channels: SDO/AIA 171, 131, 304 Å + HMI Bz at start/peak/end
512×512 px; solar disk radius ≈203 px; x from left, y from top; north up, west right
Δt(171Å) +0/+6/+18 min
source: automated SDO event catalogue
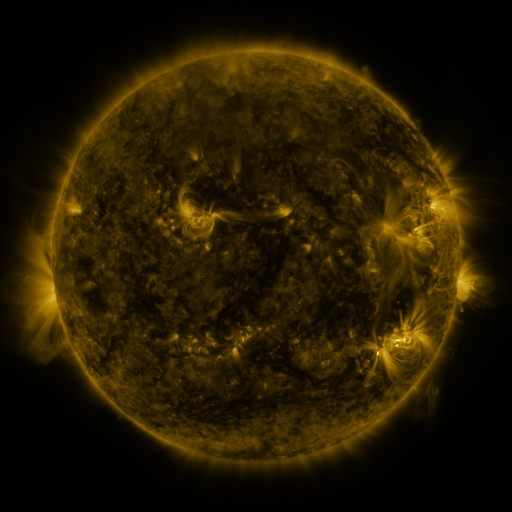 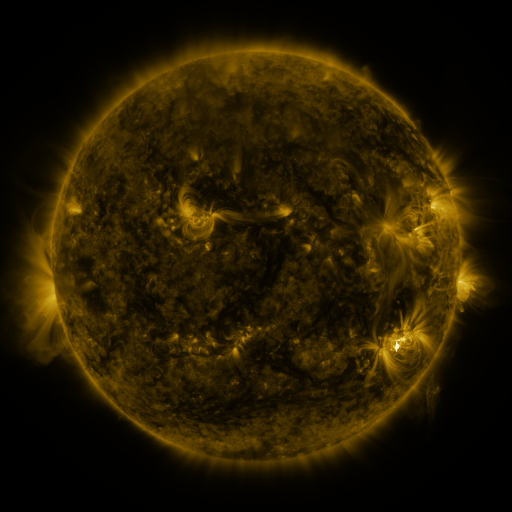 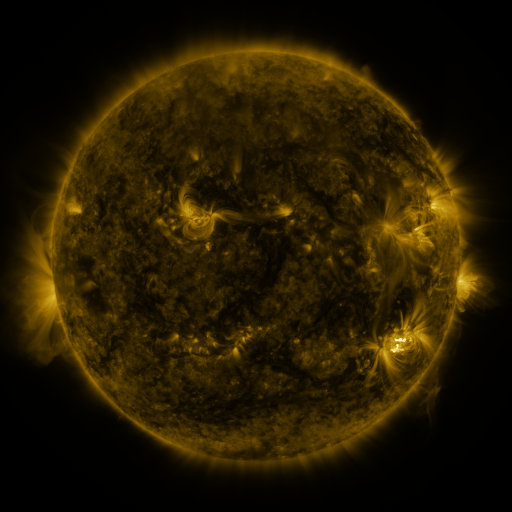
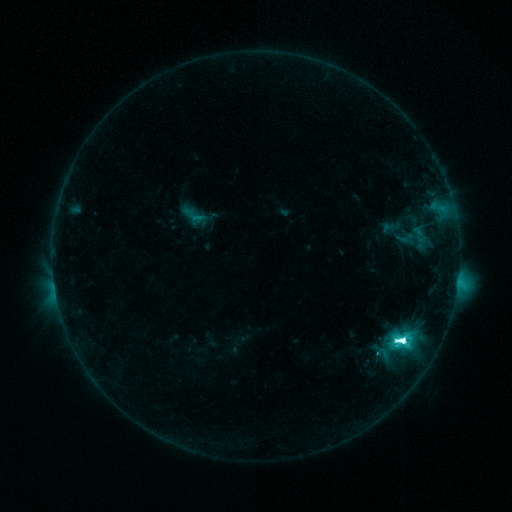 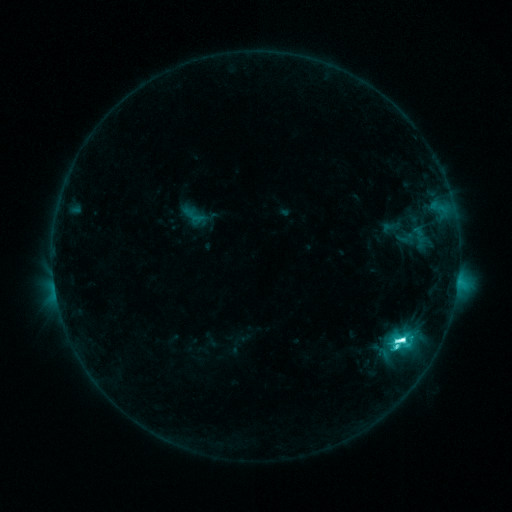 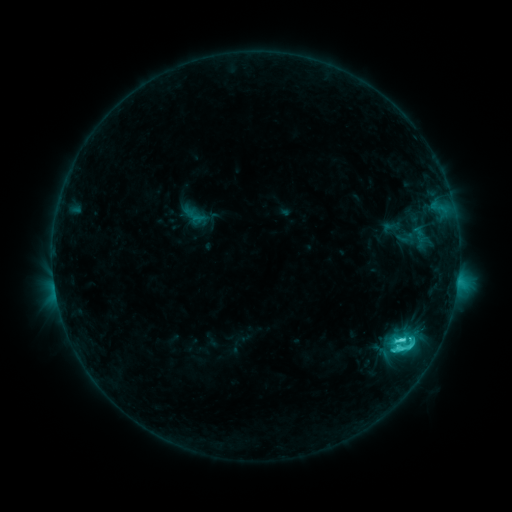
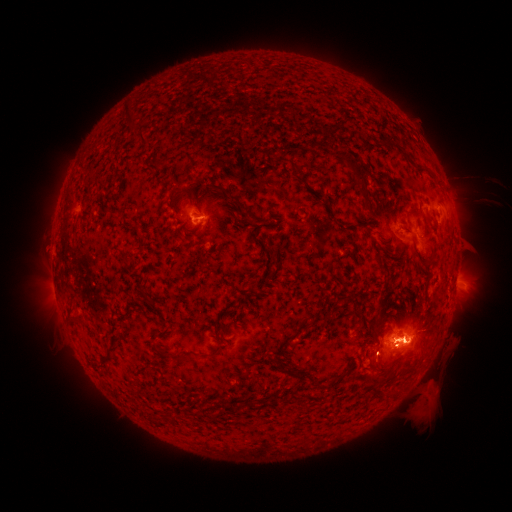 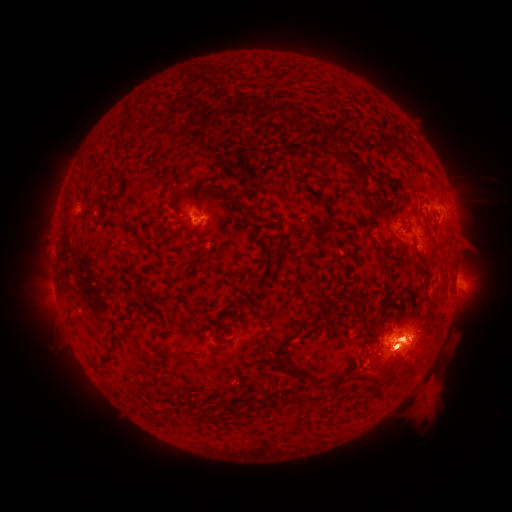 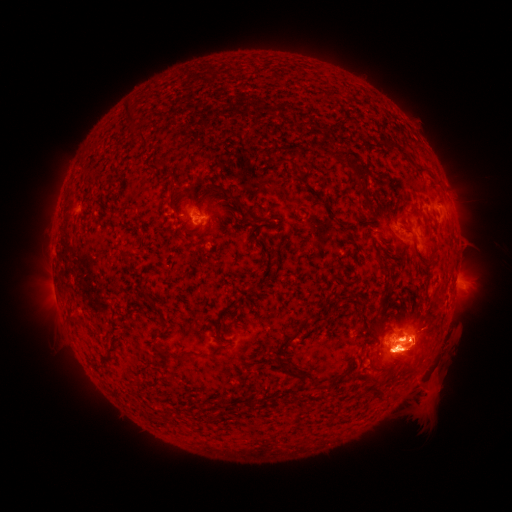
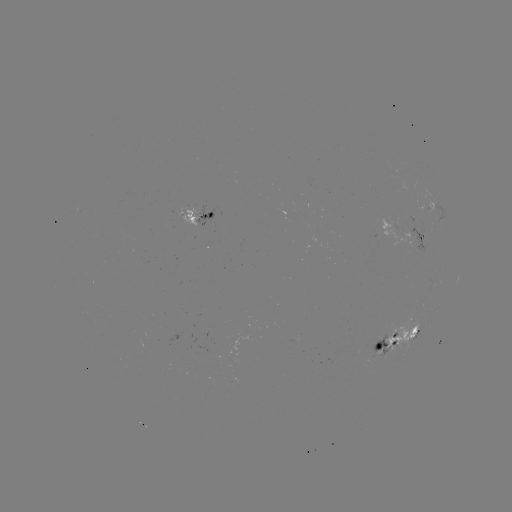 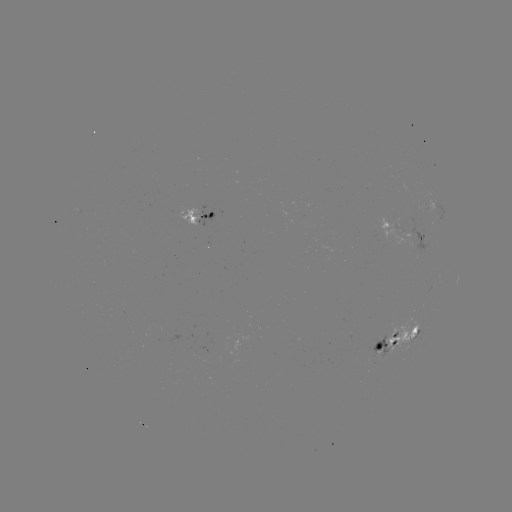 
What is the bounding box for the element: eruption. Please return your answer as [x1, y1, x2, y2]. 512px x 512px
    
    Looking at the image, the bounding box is [364, 304, 444, 388].